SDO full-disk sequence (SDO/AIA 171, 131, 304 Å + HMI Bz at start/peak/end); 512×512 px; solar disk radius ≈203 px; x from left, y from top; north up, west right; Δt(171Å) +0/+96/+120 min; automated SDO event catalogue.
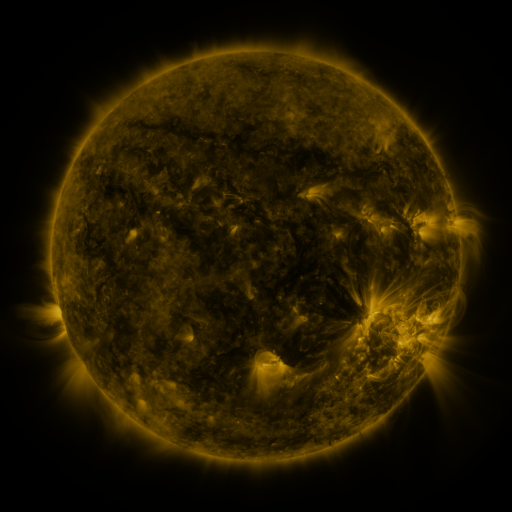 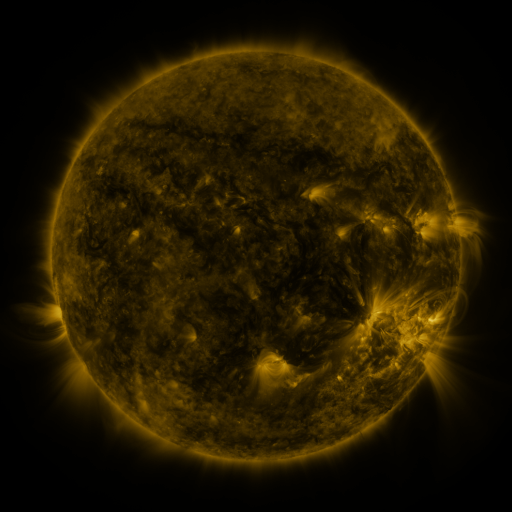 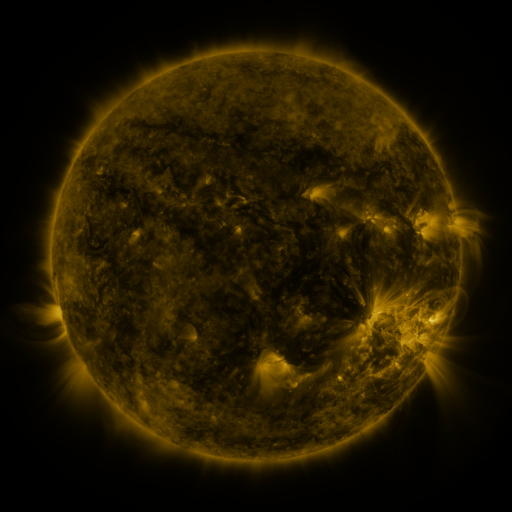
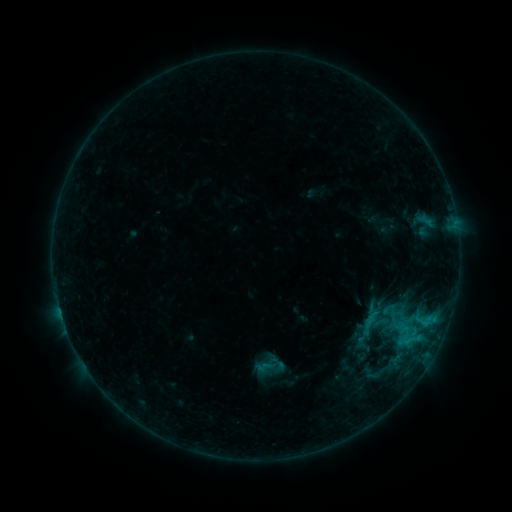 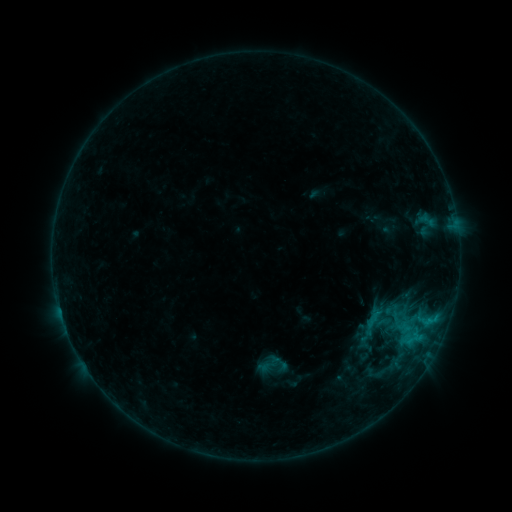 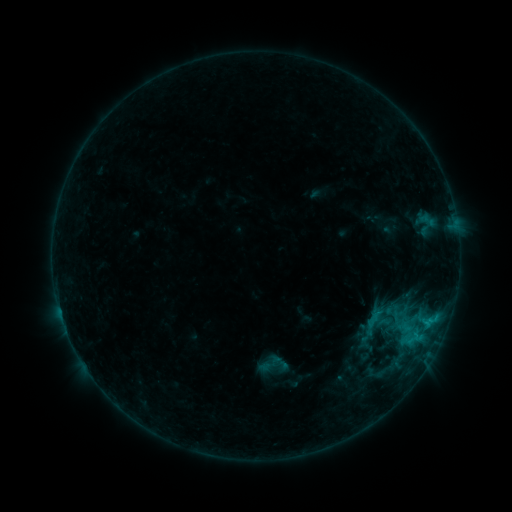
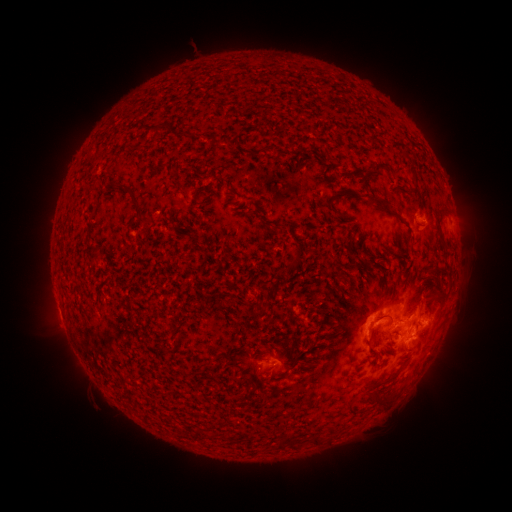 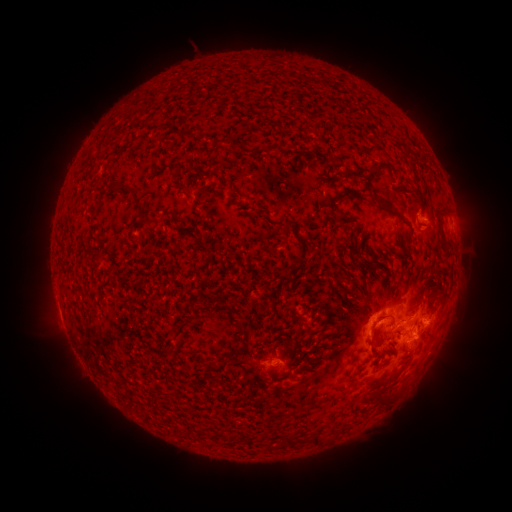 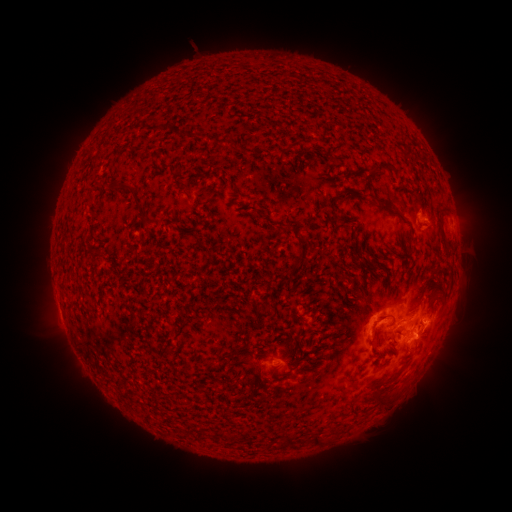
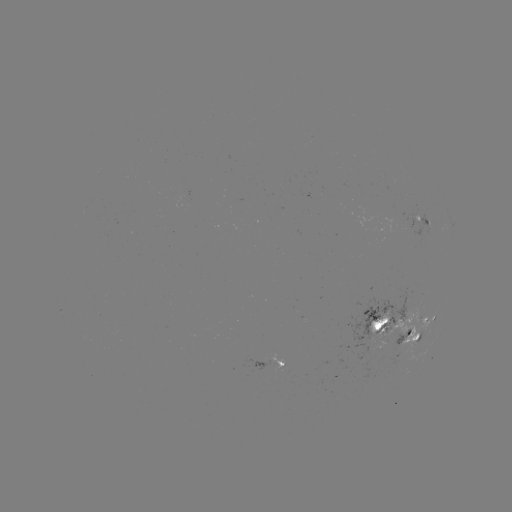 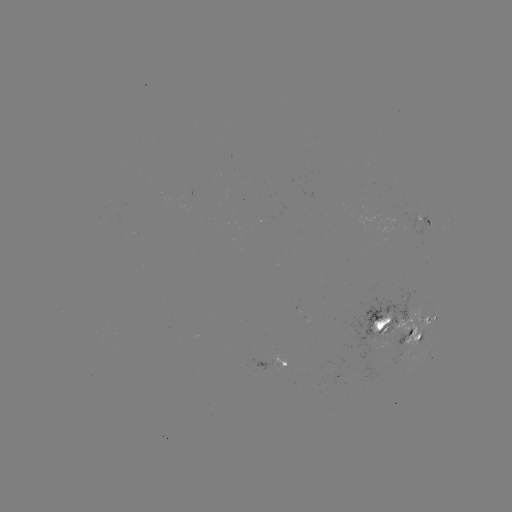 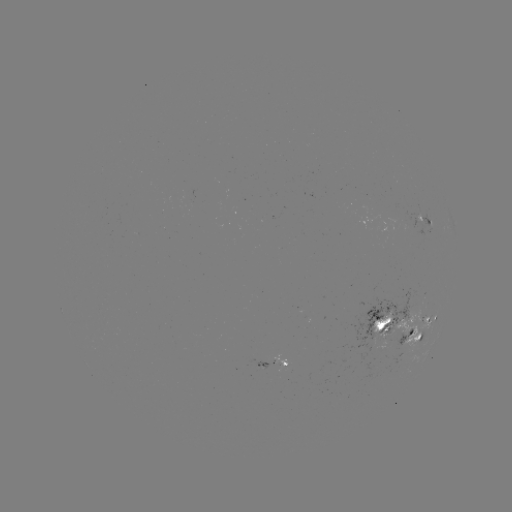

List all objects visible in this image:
emerging-flux region: (277, 362)
